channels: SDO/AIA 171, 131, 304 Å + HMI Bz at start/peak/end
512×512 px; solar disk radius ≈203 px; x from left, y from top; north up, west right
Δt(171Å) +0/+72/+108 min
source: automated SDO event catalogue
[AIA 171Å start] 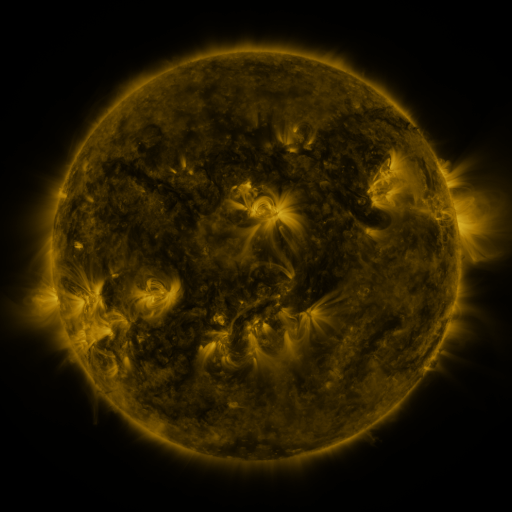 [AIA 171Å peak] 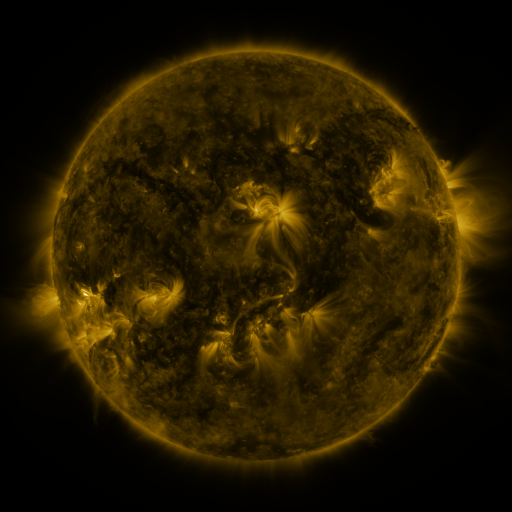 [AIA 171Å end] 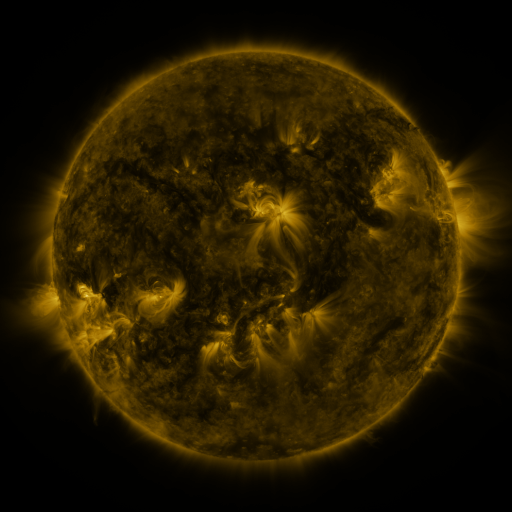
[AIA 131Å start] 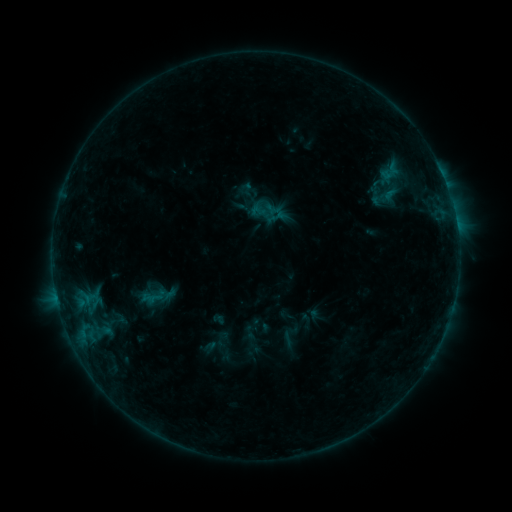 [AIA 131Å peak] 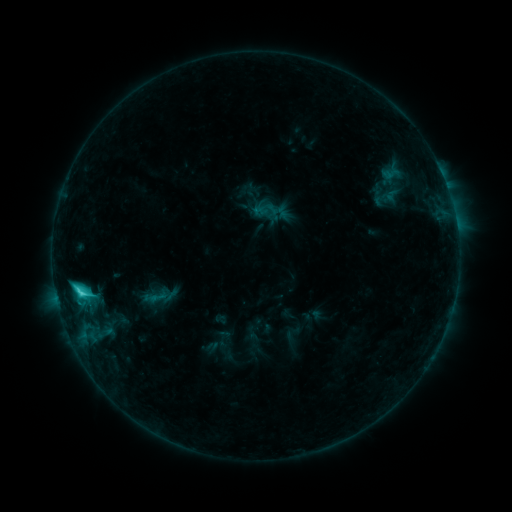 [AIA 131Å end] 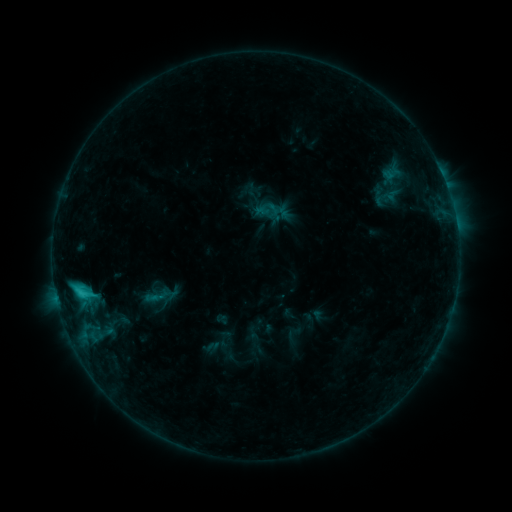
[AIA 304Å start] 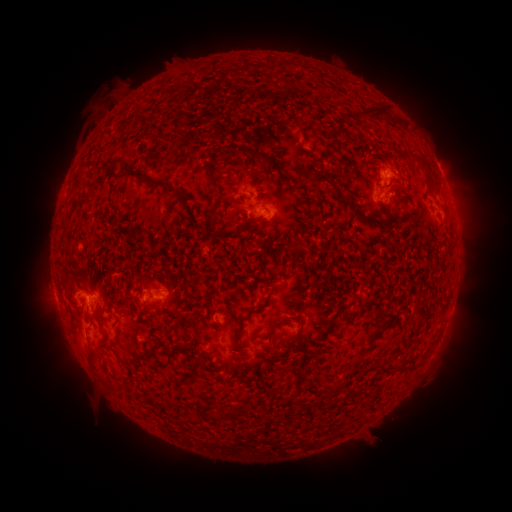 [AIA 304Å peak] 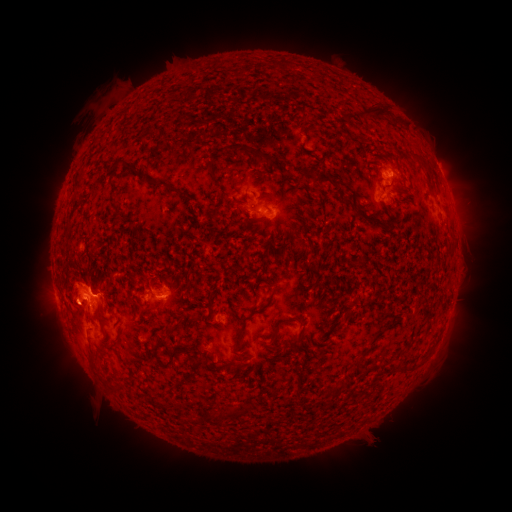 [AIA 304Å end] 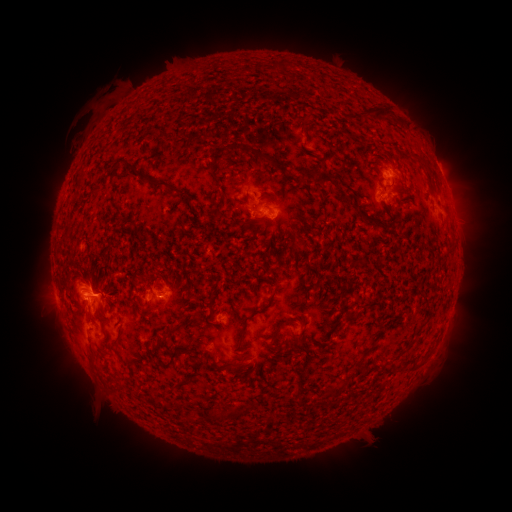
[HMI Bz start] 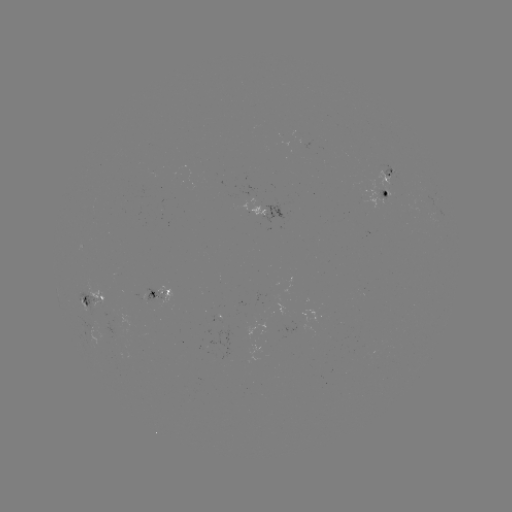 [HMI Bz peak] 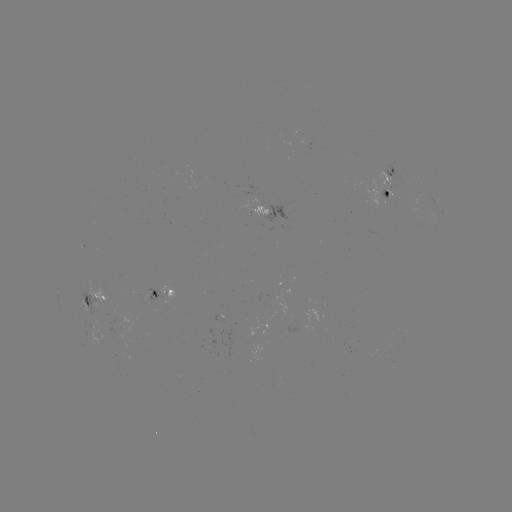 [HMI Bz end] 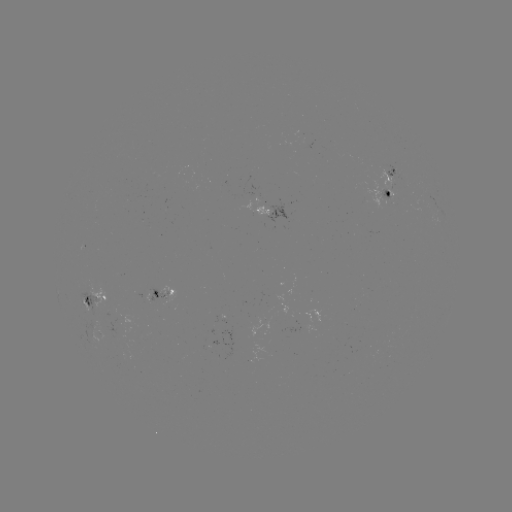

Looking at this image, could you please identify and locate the C3.1 flare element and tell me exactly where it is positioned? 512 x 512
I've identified C3.1 flare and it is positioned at [82, 292].